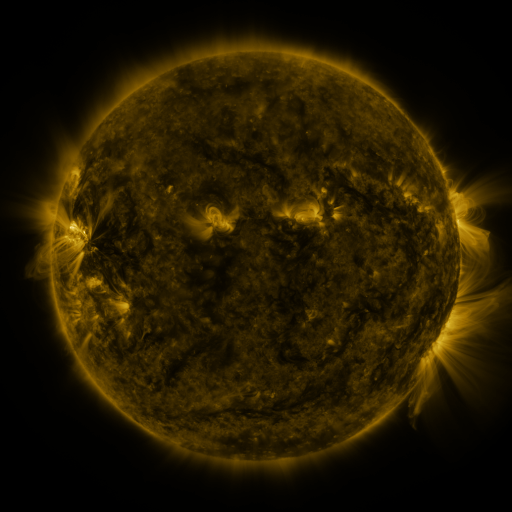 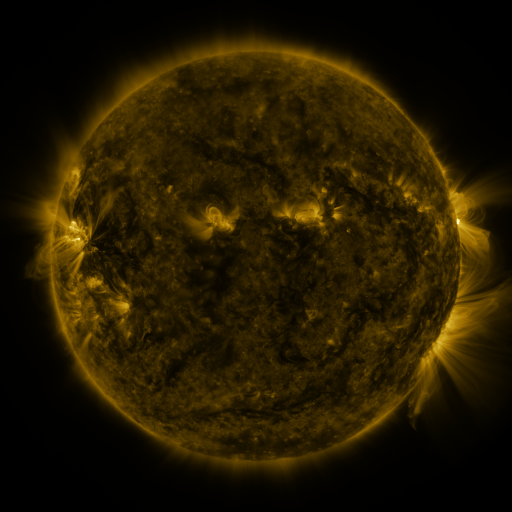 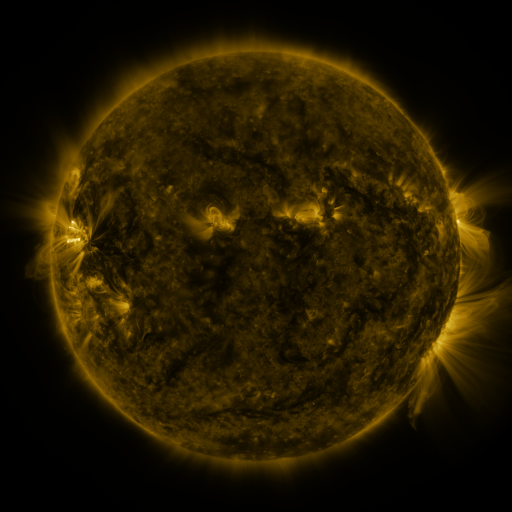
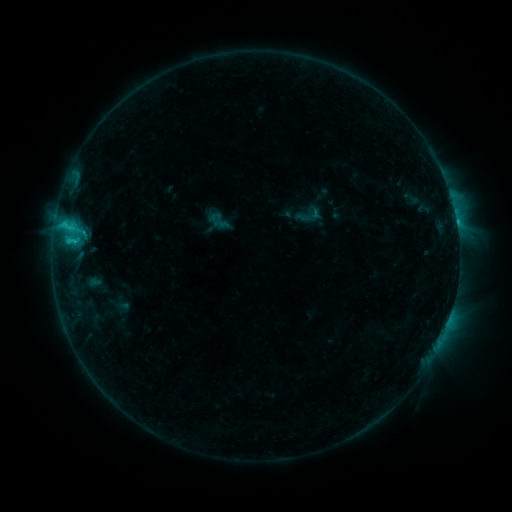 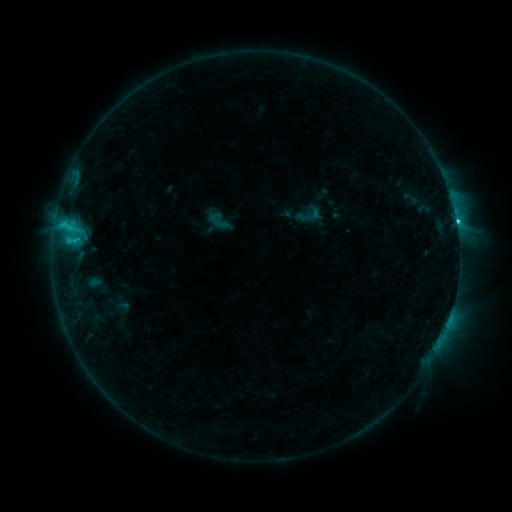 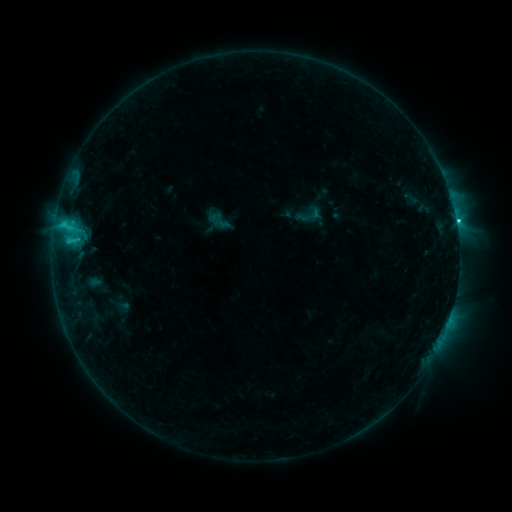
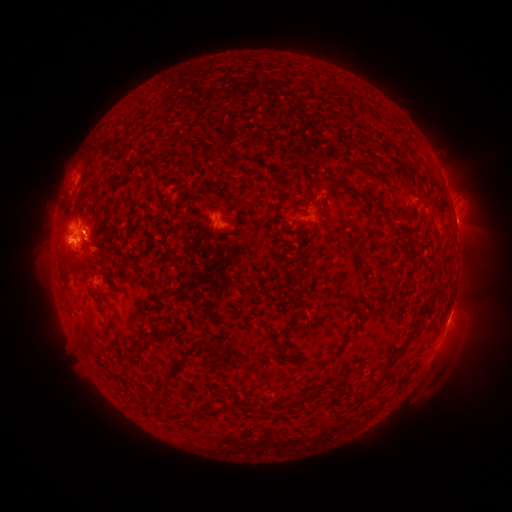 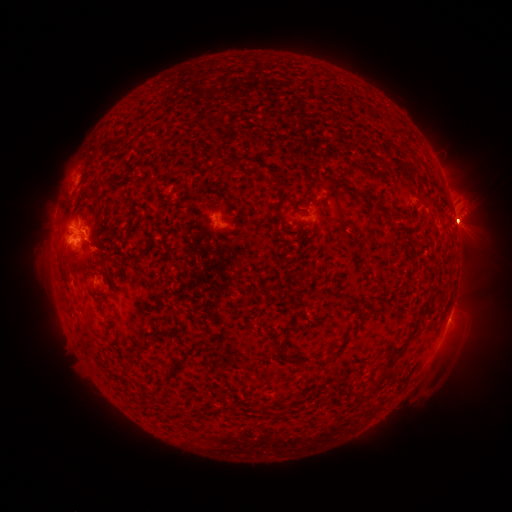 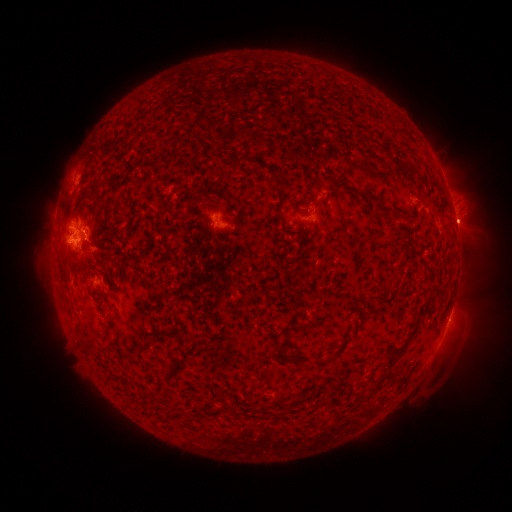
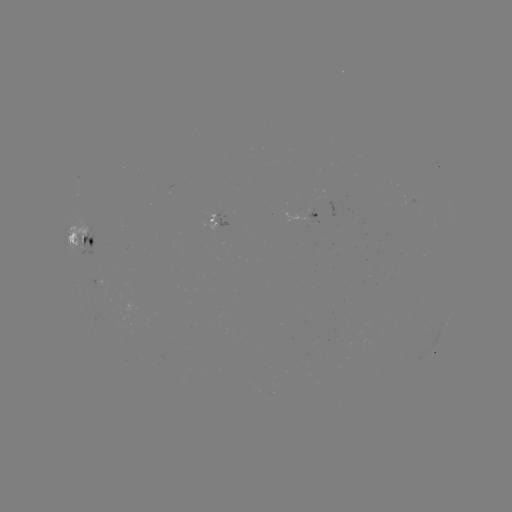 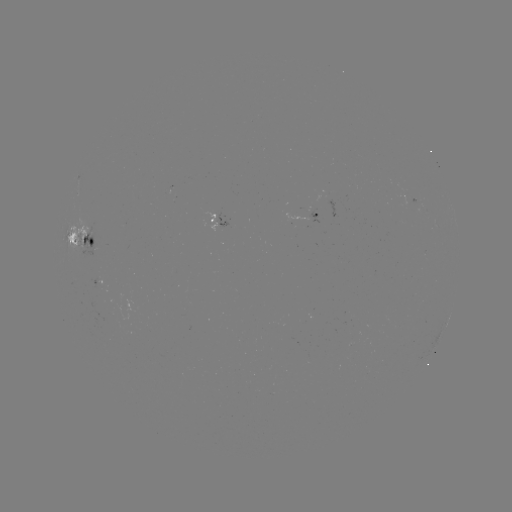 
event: eruption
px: (464, 223)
